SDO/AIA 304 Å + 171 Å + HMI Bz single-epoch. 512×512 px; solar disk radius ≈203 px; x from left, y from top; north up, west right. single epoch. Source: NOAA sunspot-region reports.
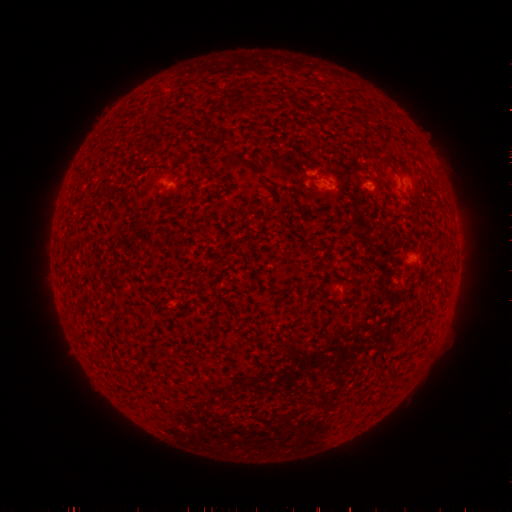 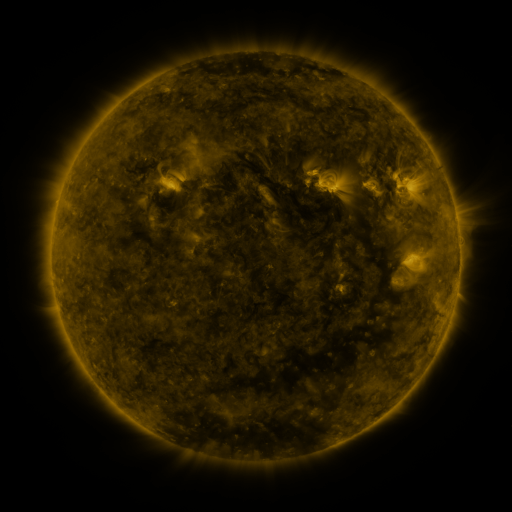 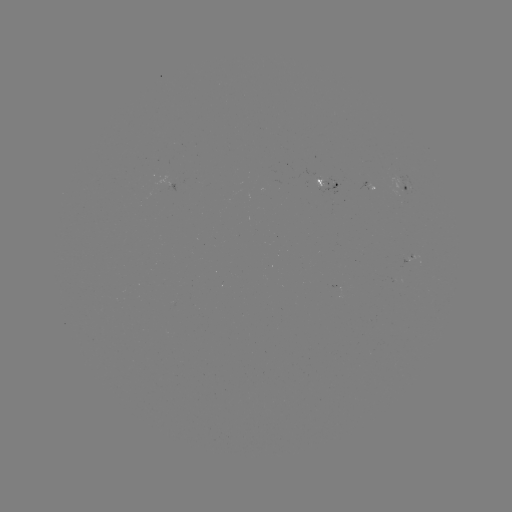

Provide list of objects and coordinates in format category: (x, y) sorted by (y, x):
spotted active region: (330, 187)
spotted active region: (408, 190)
